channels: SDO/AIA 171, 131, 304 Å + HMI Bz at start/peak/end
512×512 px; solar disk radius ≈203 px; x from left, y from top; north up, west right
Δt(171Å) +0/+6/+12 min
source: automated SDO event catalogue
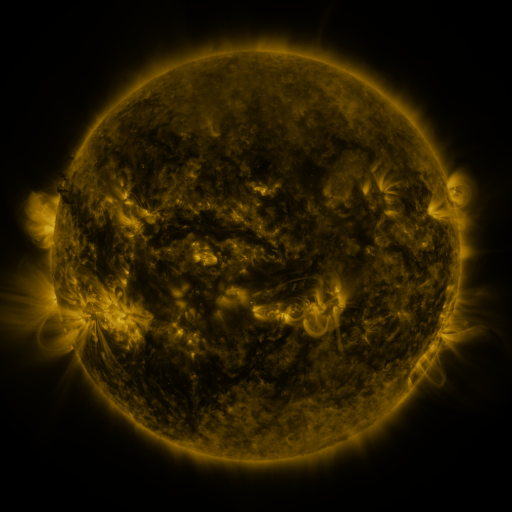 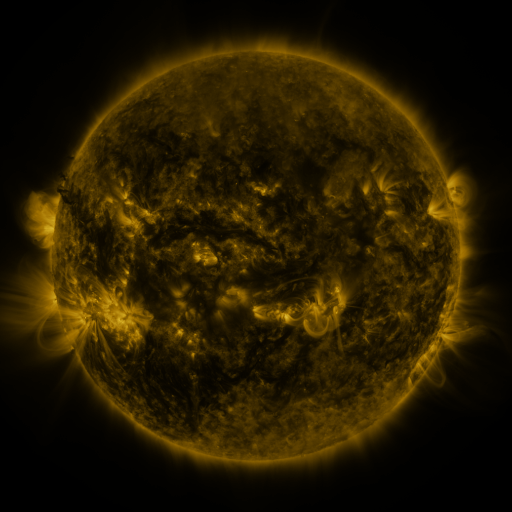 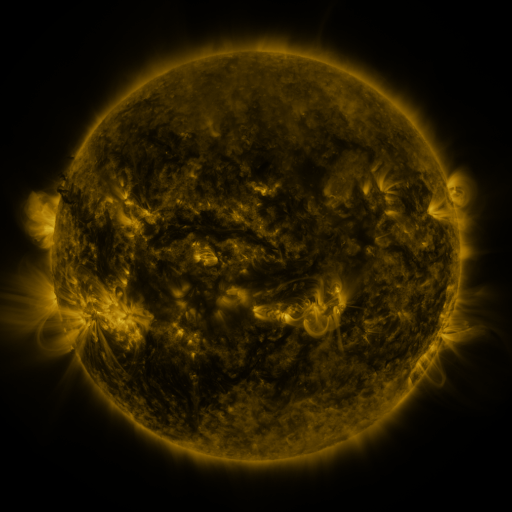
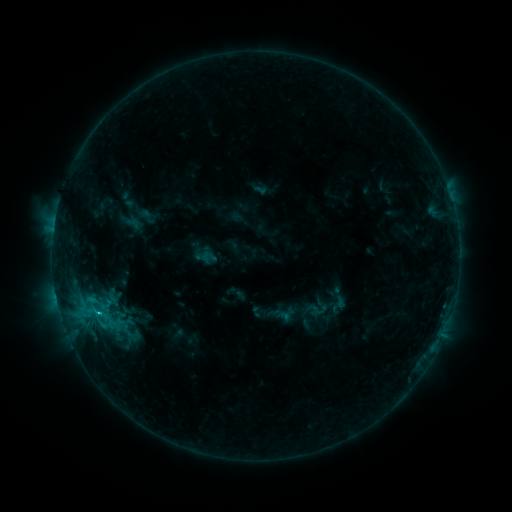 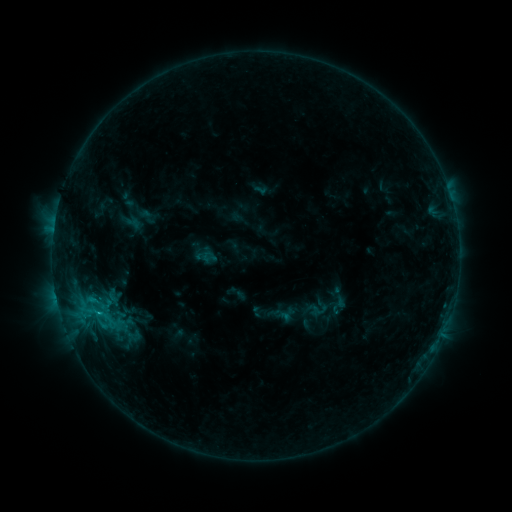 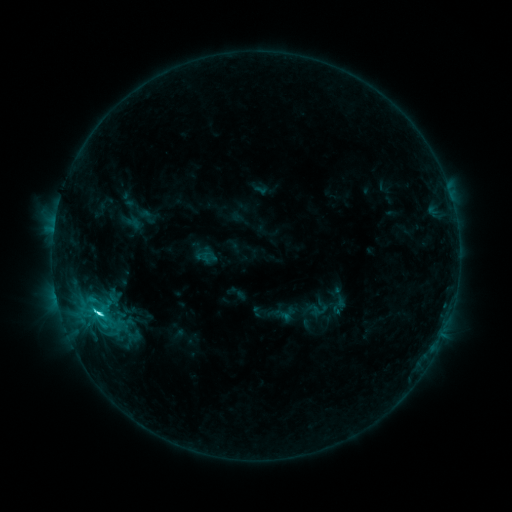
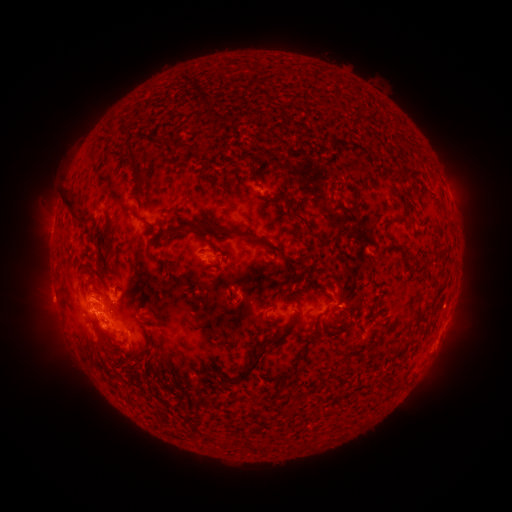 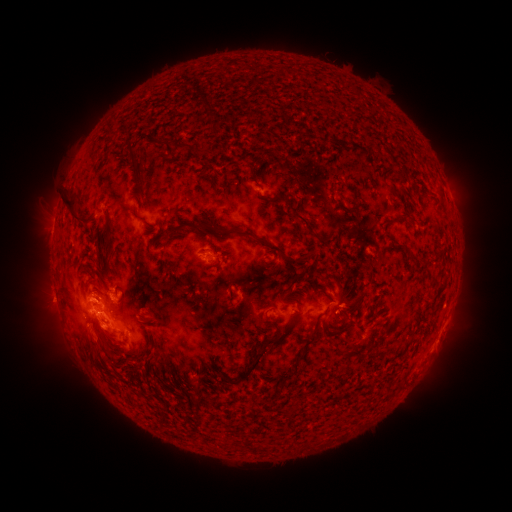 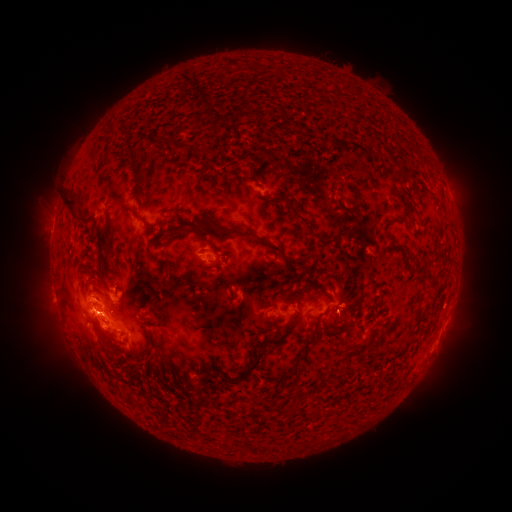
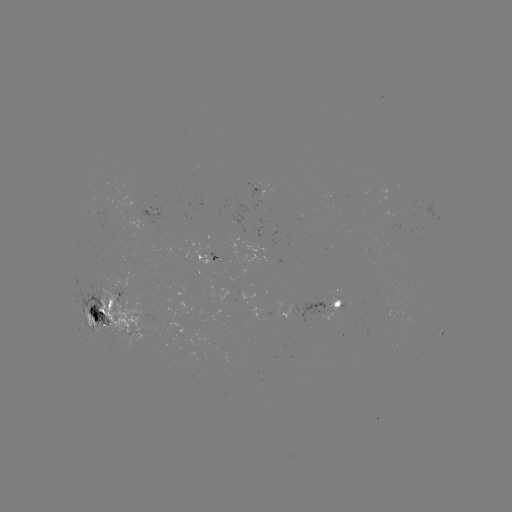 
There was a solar flare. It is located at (98, 309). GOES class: C4.7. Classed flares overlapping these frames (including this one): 1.